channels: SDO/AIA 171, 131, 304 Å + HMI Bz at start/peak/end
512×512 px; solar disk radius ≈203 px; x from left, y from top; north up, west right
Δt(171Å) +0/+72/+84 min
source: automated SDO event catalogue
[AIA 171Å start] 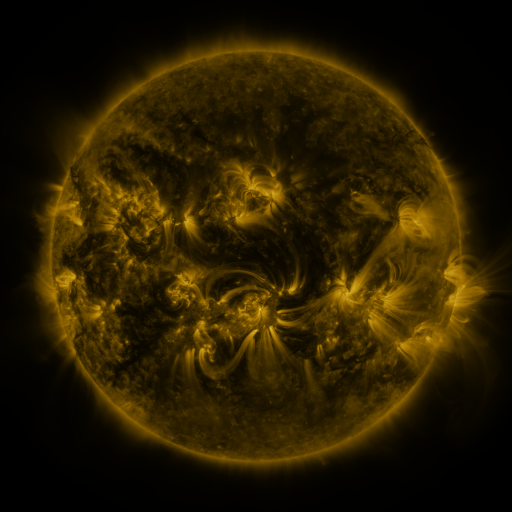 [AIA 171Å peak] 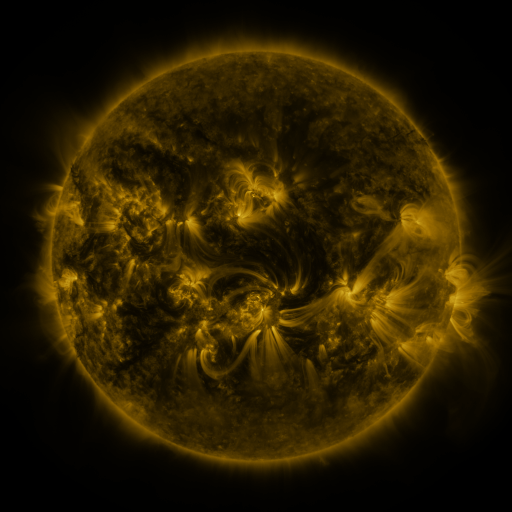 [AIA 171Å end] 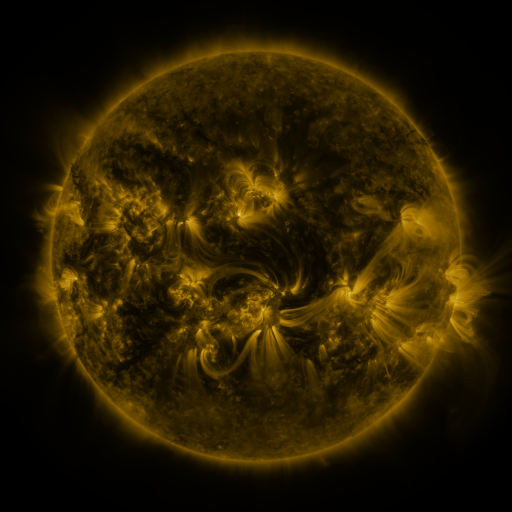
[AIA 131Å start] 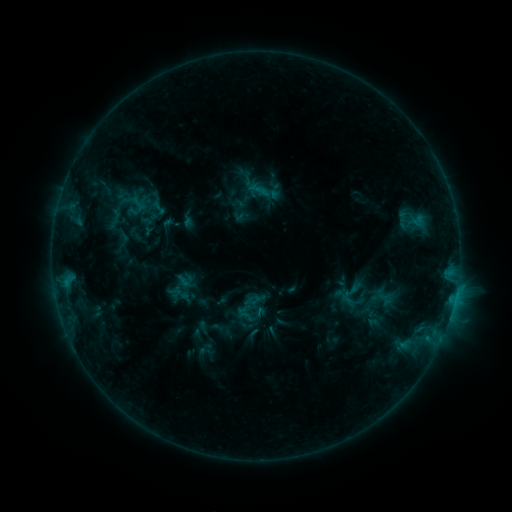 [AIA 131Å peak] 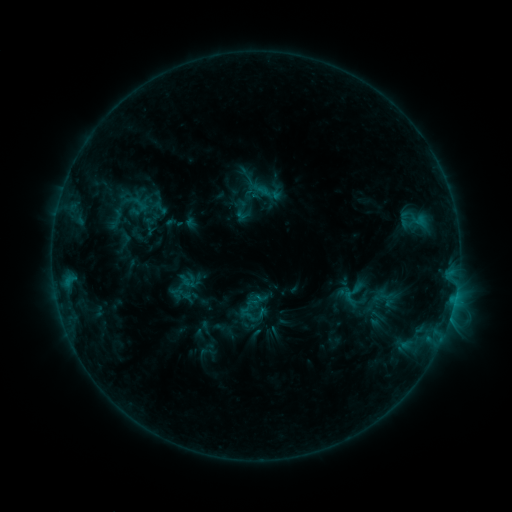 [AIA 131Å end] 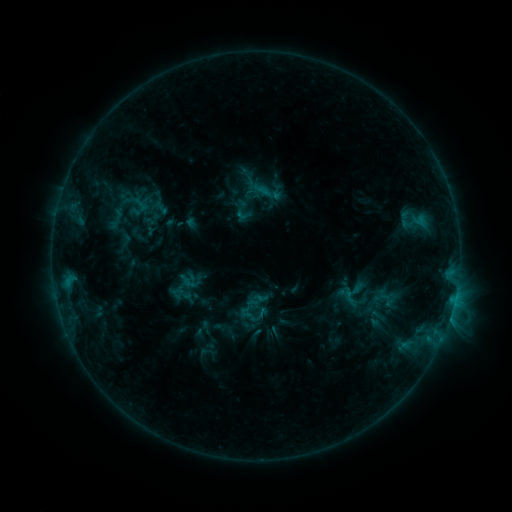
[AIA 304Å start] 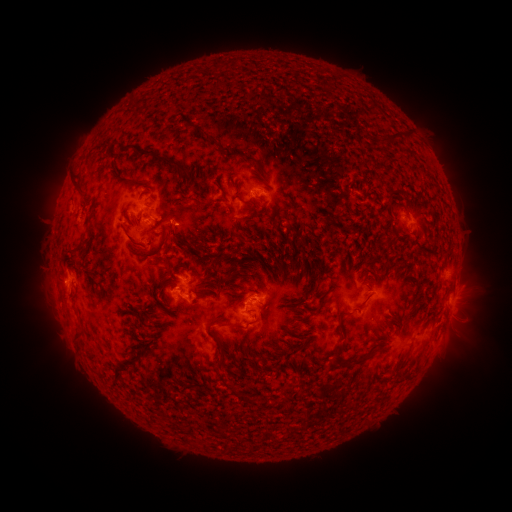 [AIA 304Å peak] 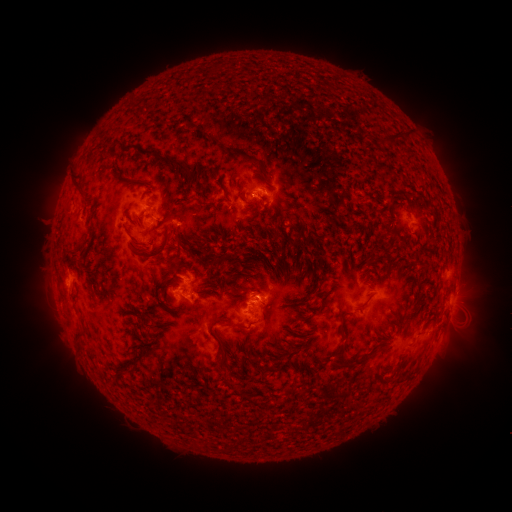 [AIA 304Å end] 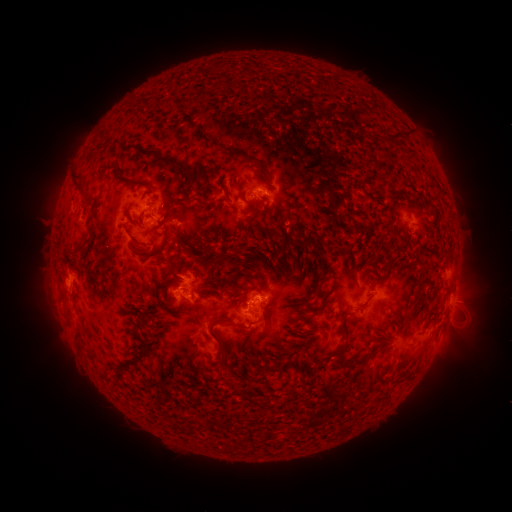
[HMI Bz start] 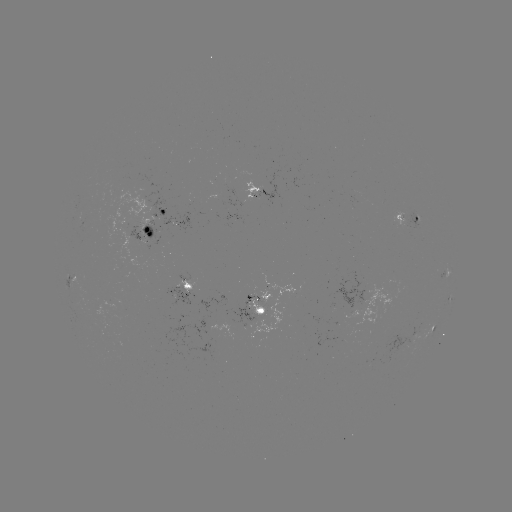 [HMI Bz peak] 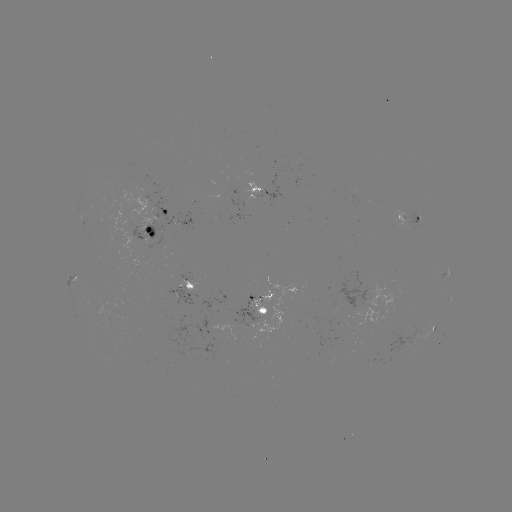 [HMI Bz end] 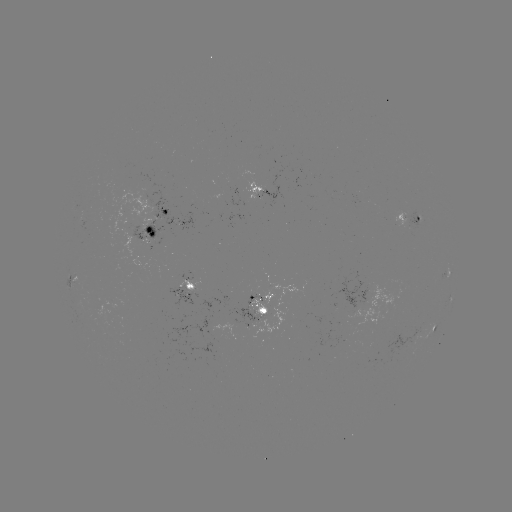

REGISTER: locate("emerging-flux region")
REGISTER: (259, 314)